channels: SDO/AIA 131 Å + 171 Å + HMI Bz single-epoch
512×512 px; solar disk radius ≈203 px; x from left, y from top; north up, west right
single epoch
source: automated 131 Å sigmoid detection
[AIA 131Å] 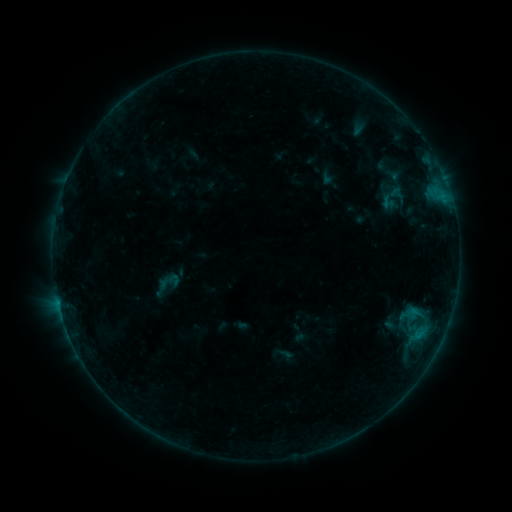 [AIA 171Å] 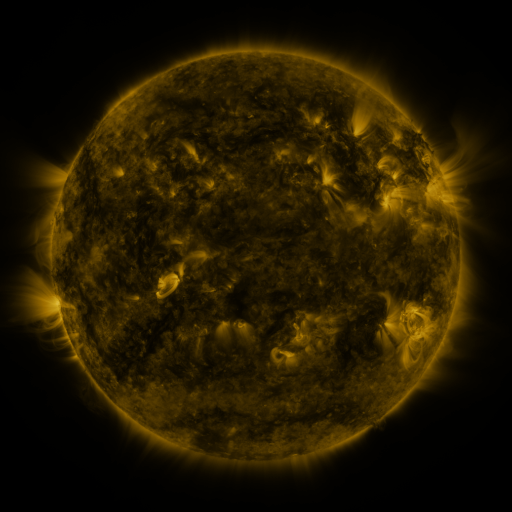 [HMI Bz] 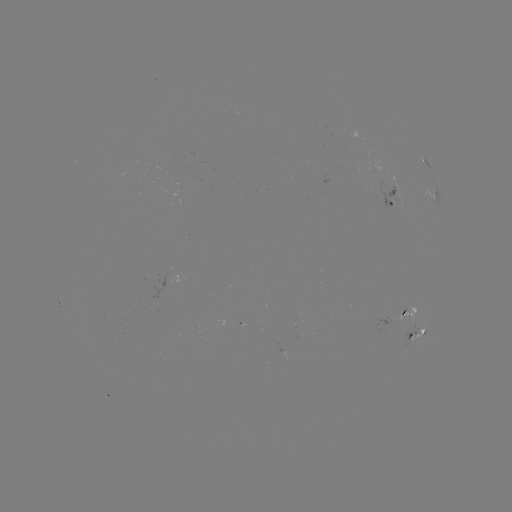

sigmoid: <bbox>154, 269, 184, 294</bbox>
